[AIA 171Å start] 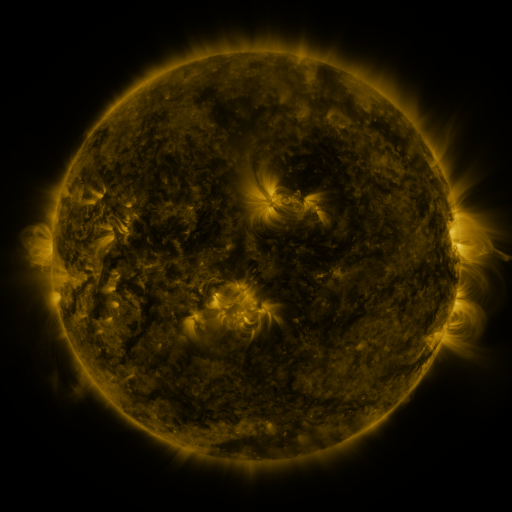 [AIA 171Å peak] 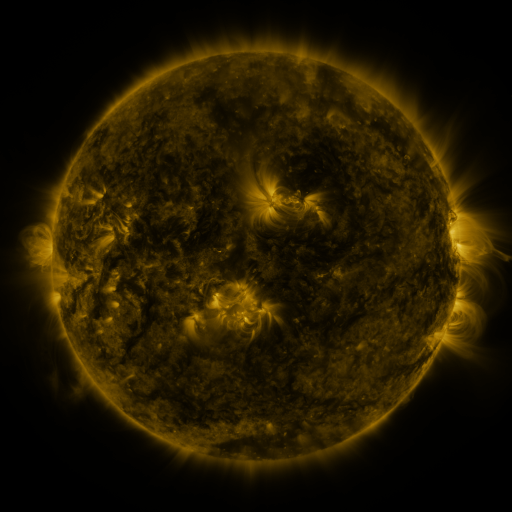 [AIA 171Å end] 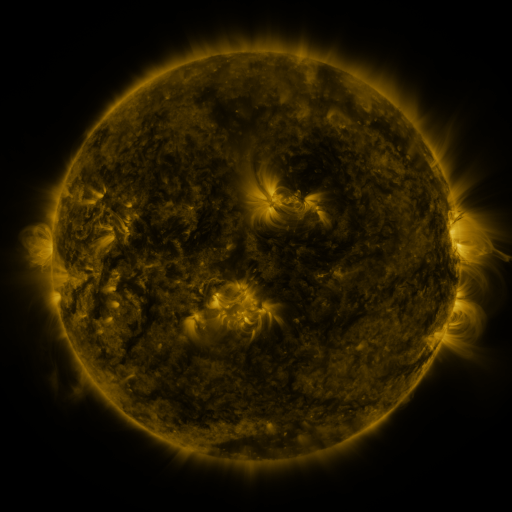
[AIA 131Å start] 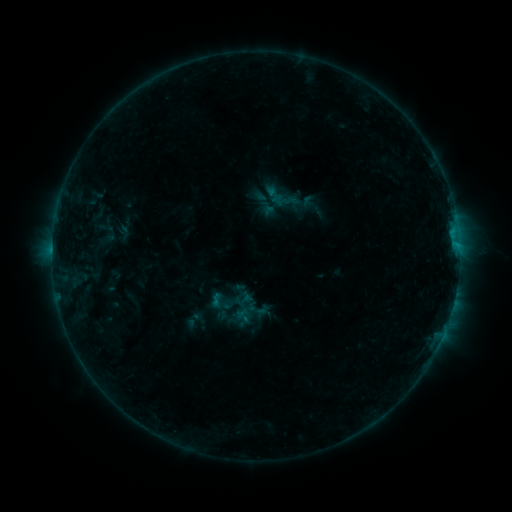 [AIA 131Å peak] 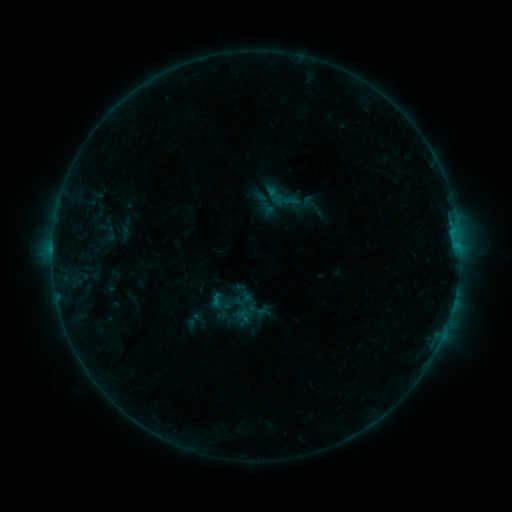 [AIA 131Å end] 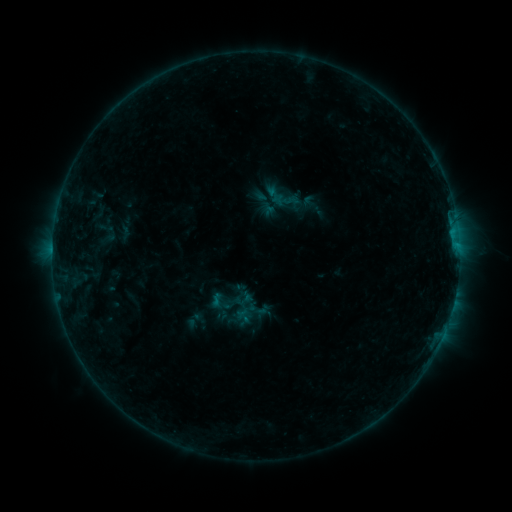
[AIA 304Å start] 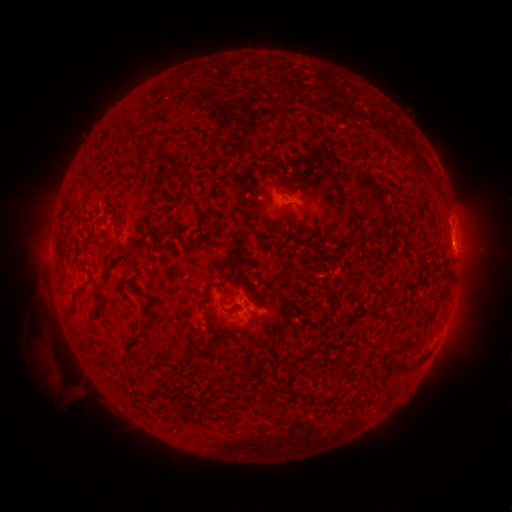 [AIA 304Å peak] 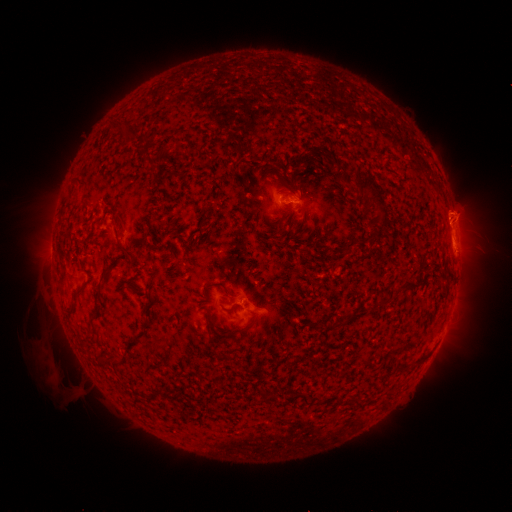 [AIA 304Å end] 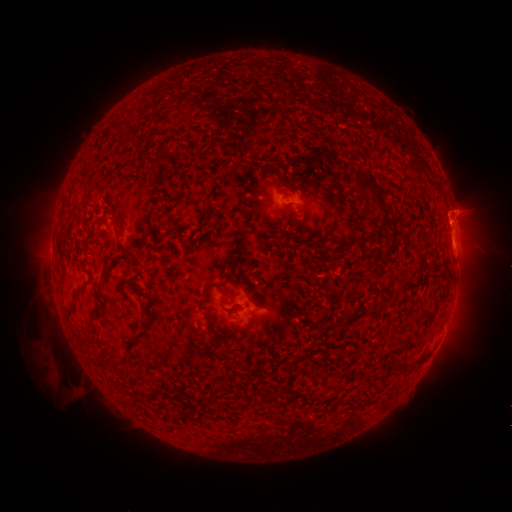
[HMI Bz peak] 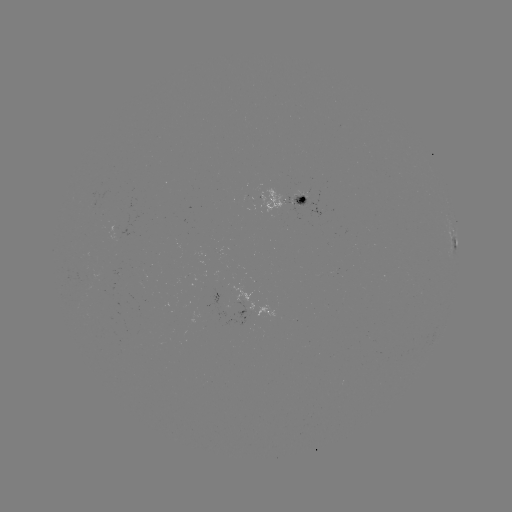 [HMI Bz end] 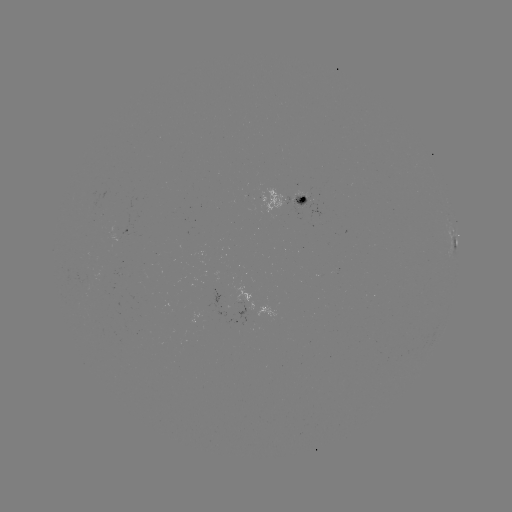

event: eruption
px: (459, 215)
